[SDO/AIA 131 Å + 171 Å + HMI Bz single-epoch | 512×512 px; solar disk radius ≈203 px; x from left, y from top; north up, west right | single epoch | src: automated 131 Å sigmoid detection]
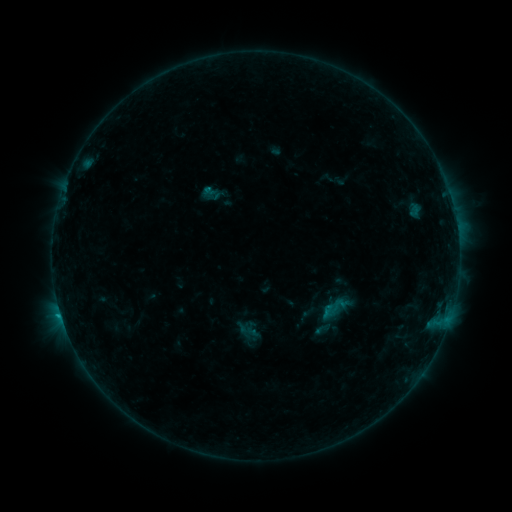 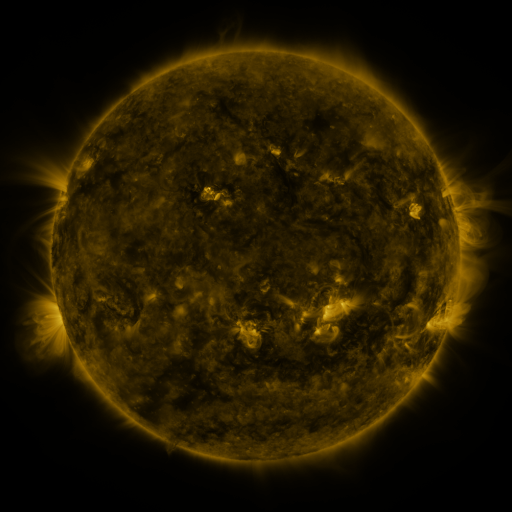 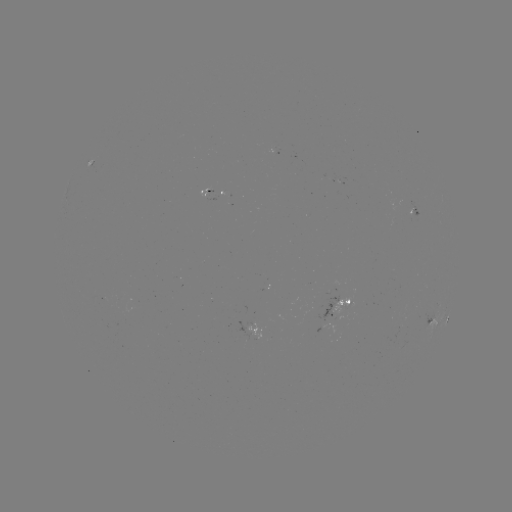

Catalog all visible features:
sigmoid: (335, 308)
sigmoid: (322, 328)
